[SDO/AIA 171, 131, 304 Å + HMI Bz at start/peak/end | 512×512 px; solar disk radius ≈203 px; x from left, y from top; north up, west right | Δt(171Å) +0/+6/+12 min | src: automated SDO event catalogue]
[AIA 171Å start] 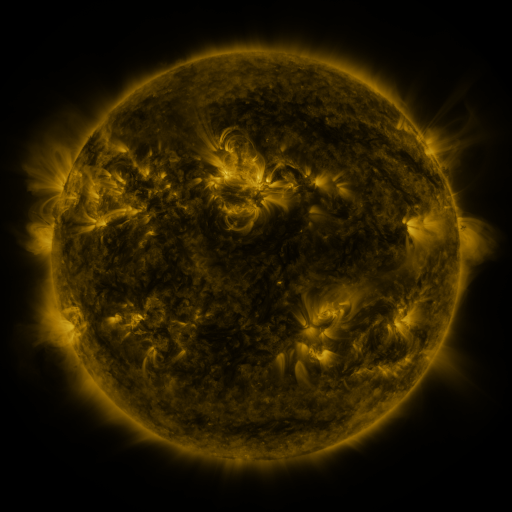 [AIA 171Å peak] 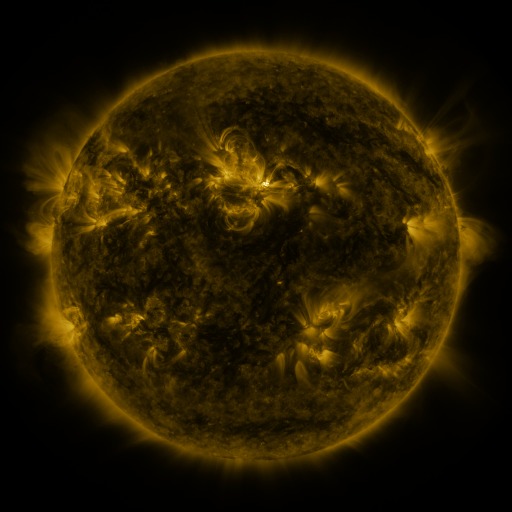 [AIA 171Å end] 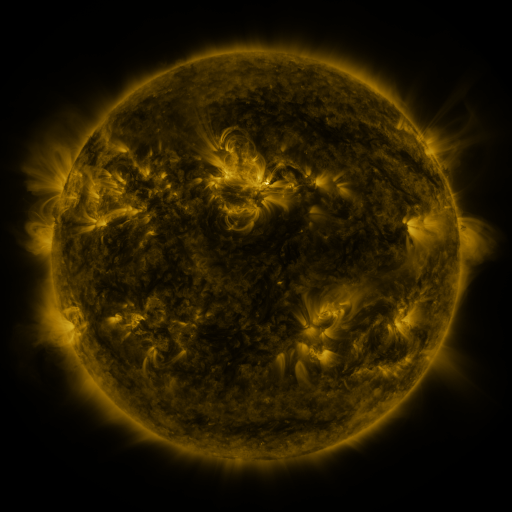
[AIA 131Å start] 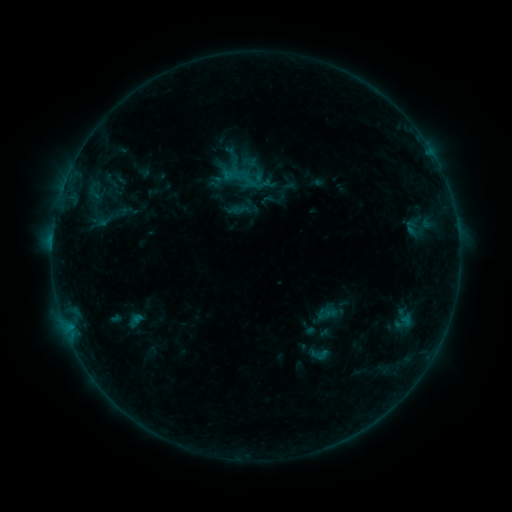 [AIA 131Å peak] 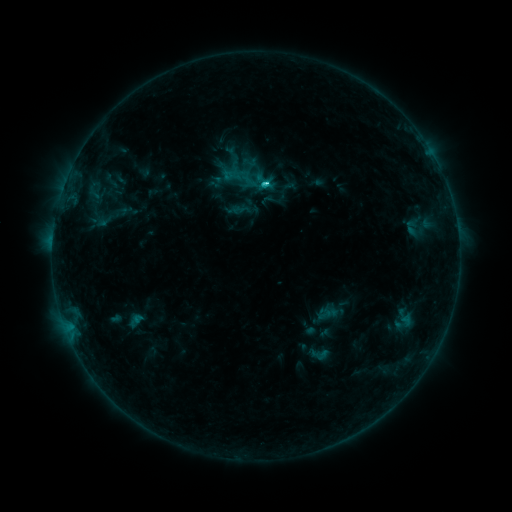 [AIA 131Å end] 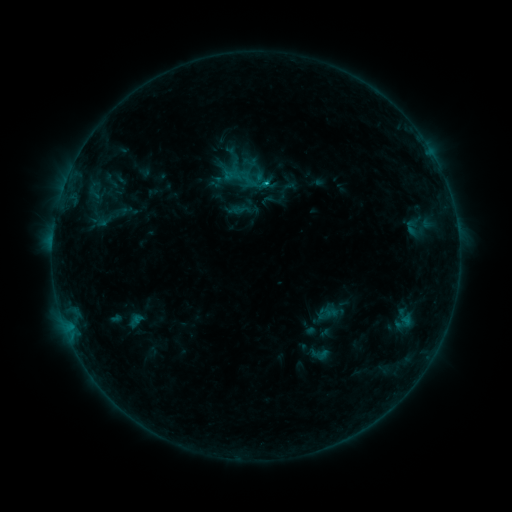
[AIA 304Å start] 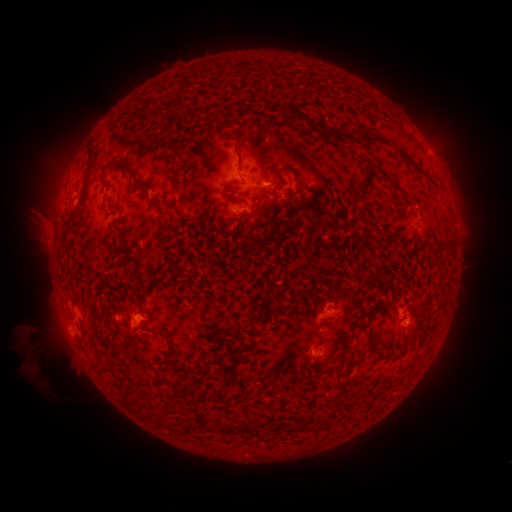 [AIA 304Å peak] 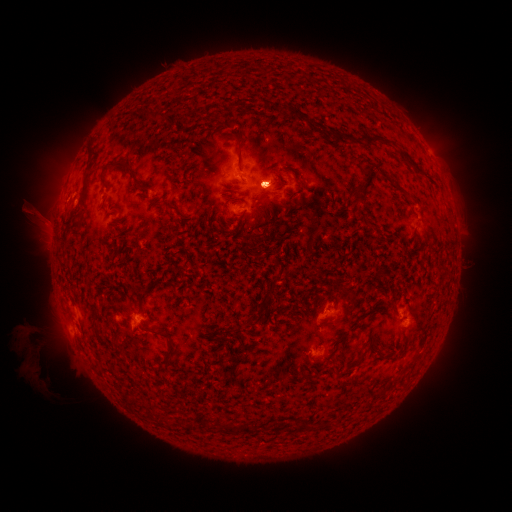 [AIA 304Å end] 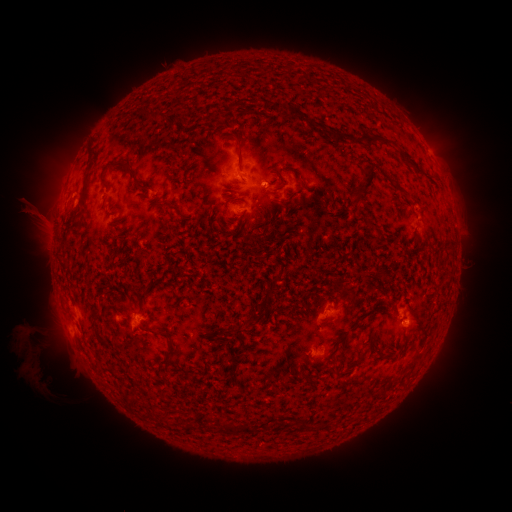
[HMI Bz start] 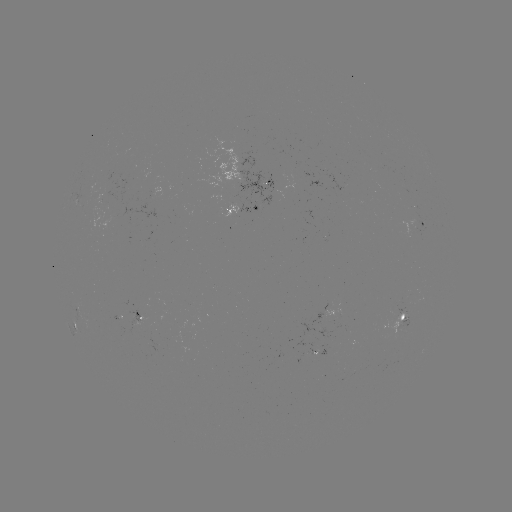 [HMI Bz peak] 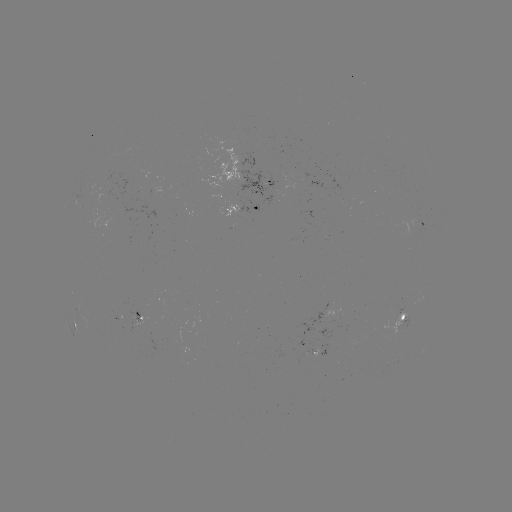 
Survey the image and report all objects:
C3.2 flare: (262, 185)
